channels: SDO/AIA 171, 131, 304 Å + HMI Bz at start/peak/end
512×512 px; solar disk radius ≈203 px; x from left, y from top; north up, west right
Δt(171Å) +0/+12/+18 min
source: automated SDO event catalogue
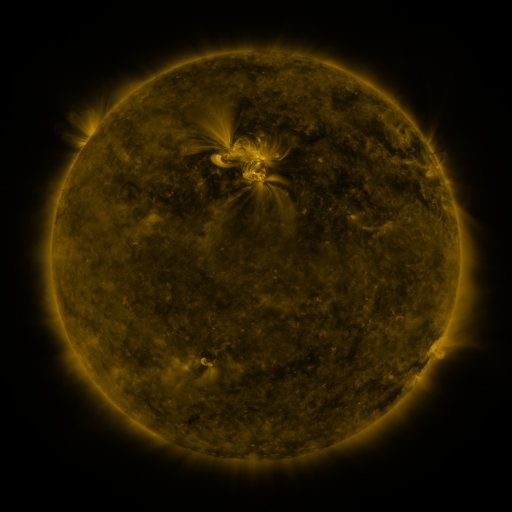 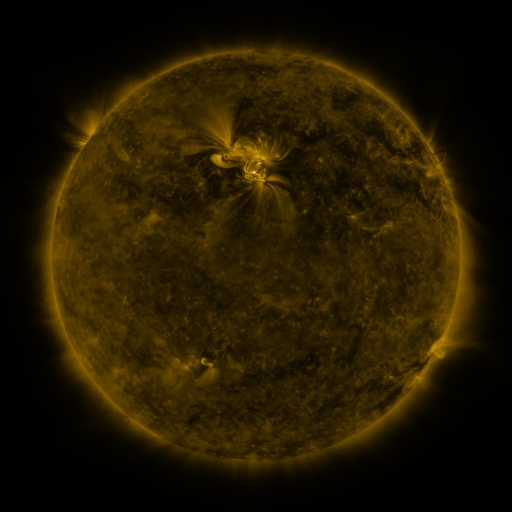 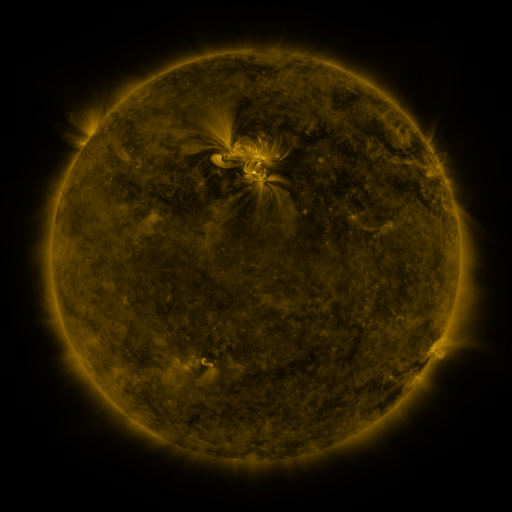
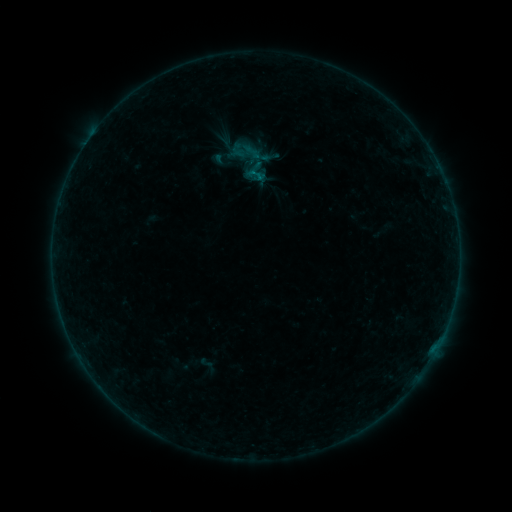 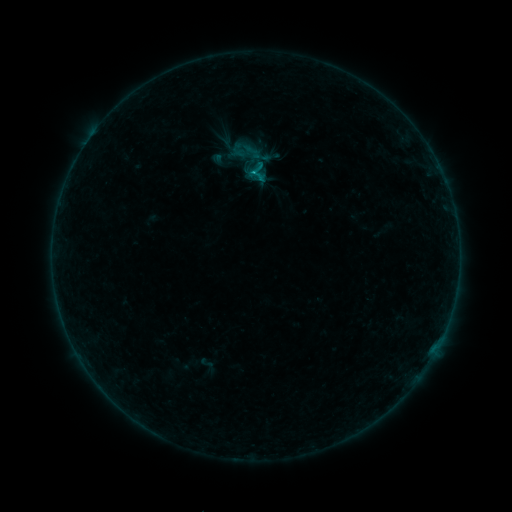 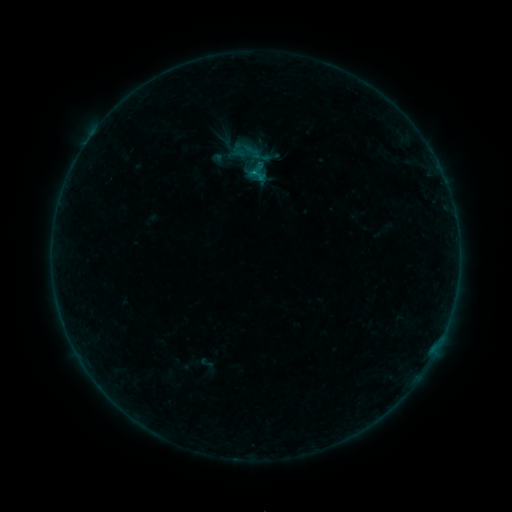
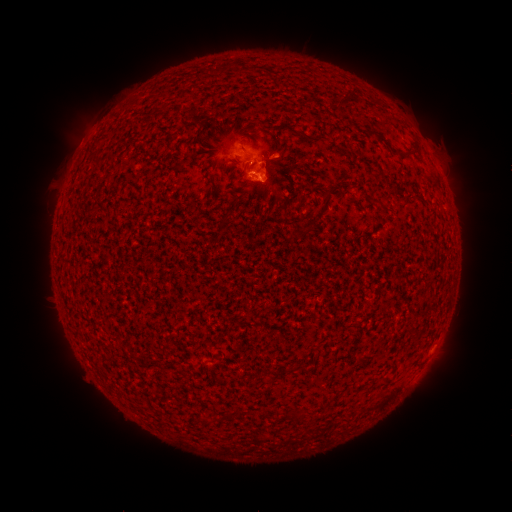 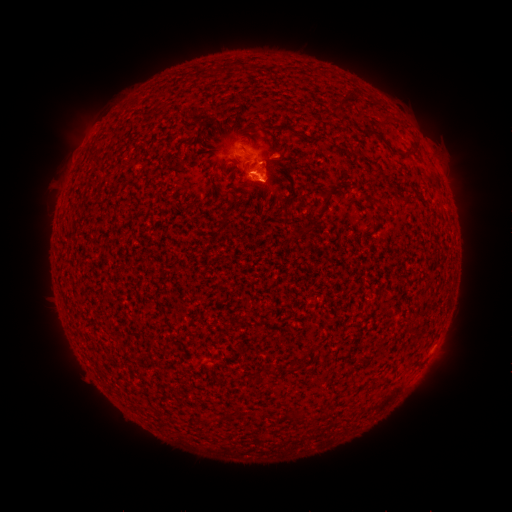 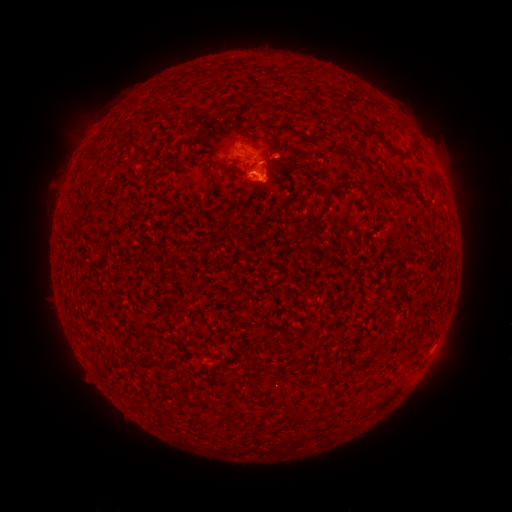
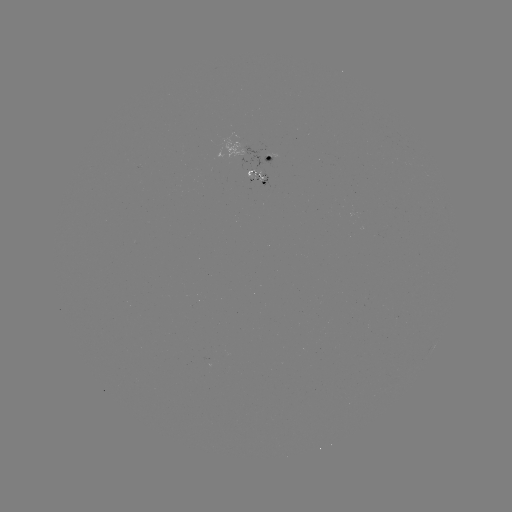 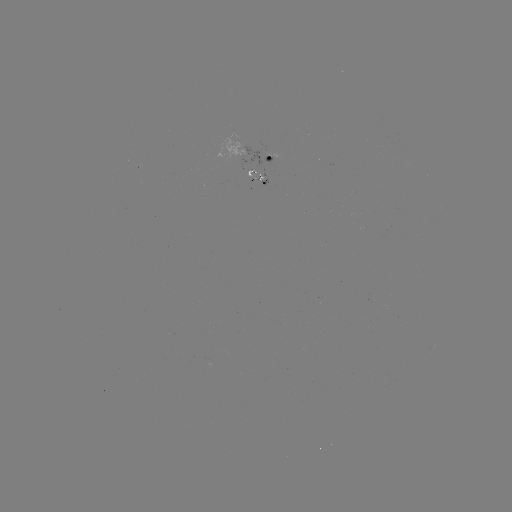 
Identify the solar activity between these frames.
C2.2 flare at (256, 175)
